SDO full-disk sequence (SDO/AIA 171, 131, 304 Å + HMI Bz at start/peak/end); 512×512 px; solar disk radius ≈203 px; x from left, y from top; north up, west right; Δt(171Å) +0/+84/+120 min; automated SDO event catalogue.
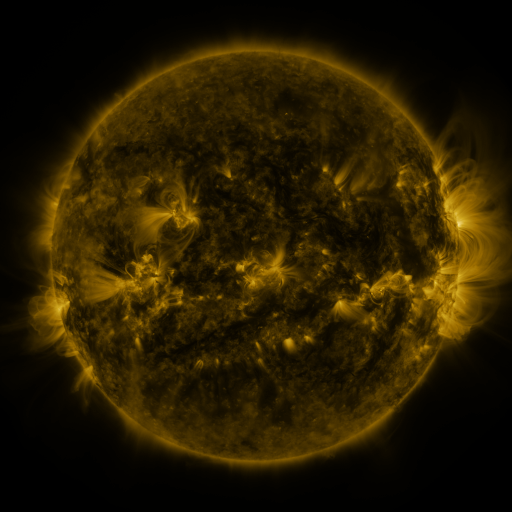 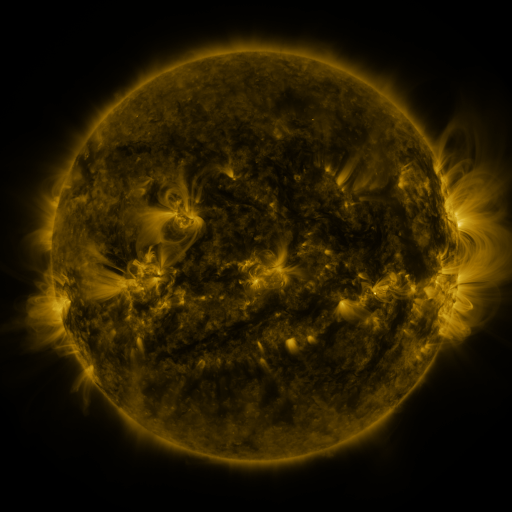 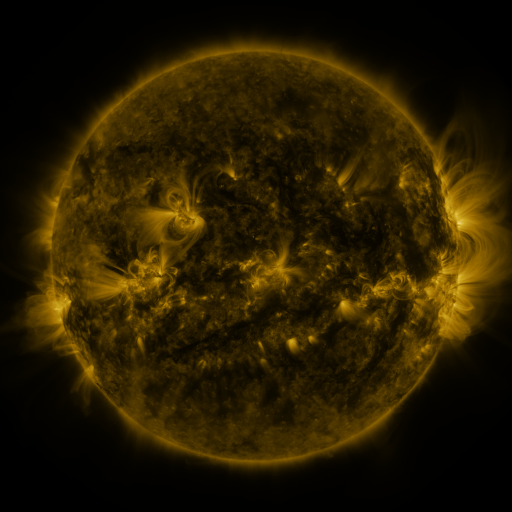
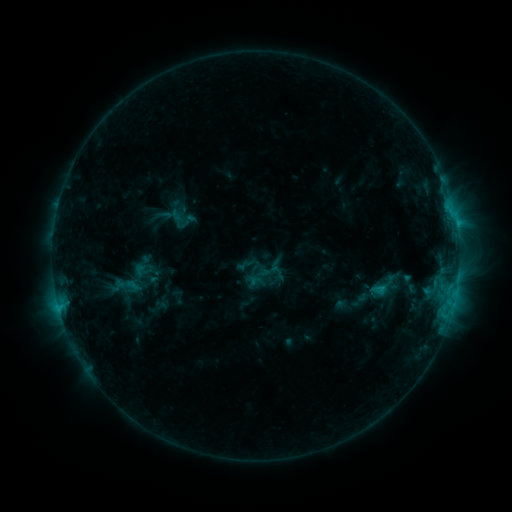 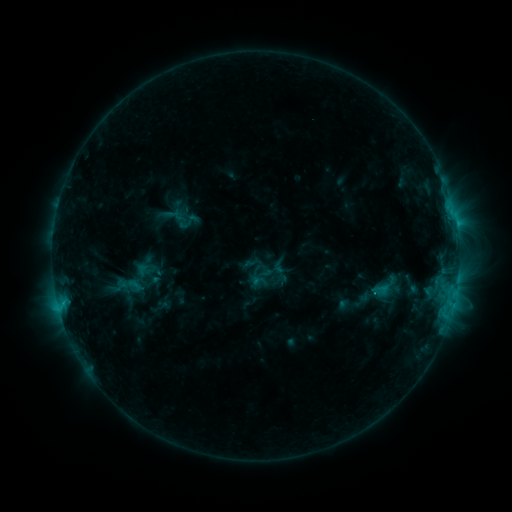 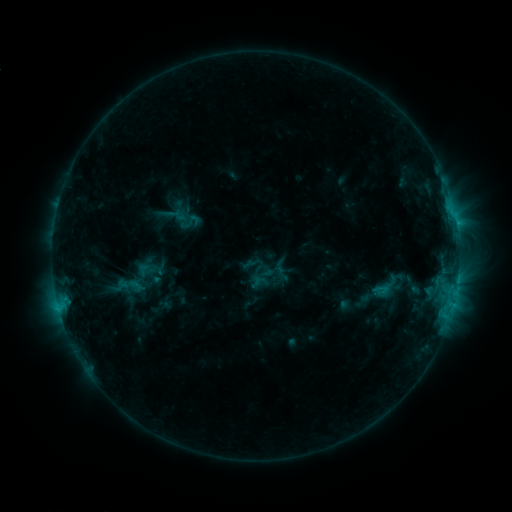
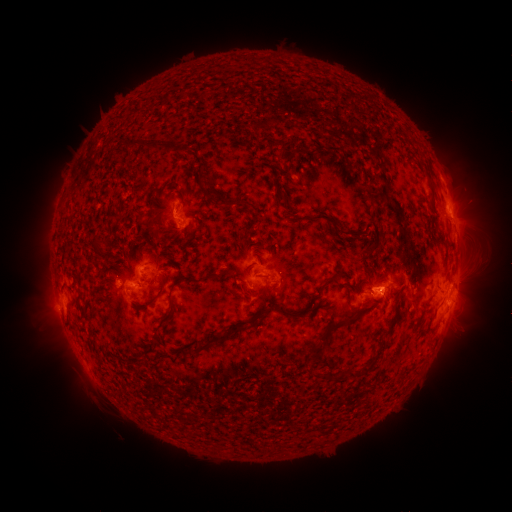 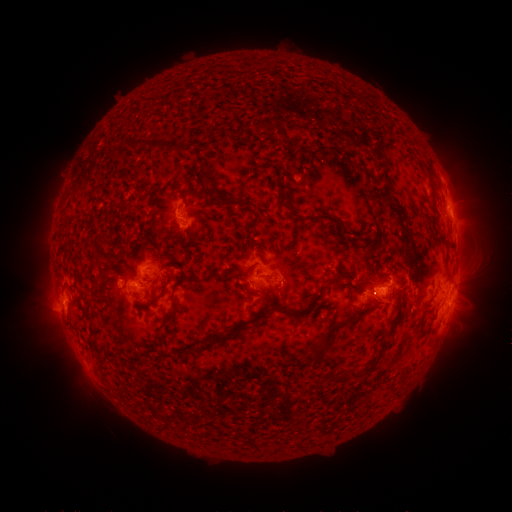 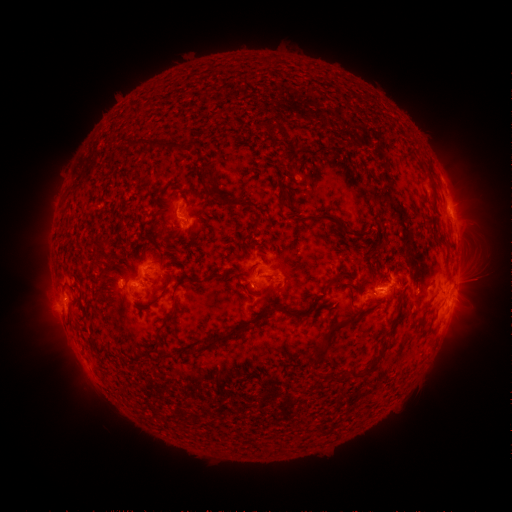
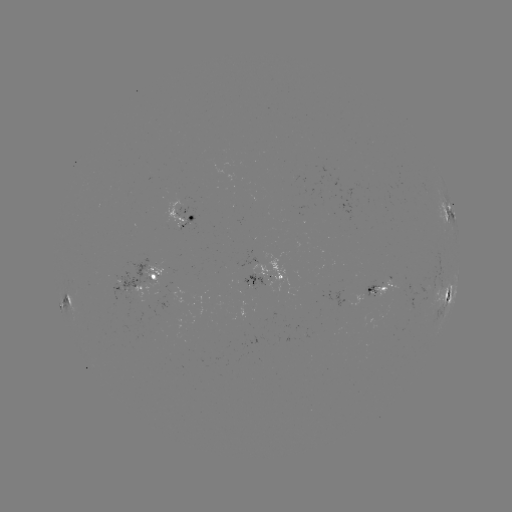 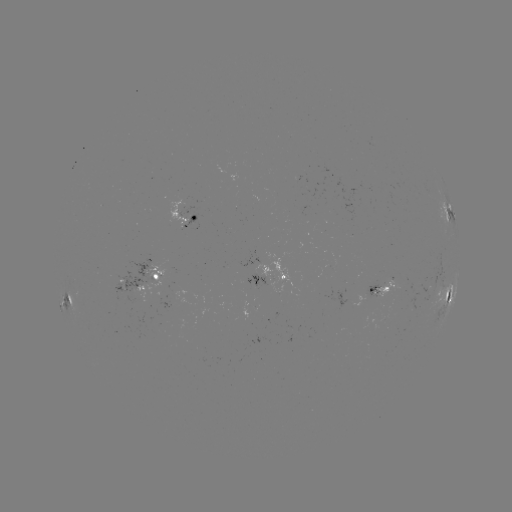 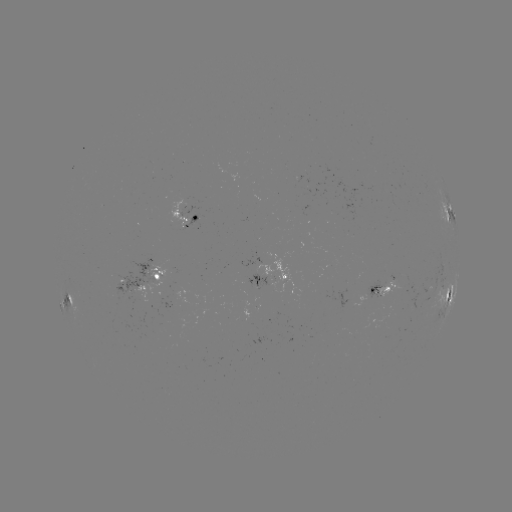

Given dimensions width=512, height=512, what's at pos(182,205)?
emerging-flux region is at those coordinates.